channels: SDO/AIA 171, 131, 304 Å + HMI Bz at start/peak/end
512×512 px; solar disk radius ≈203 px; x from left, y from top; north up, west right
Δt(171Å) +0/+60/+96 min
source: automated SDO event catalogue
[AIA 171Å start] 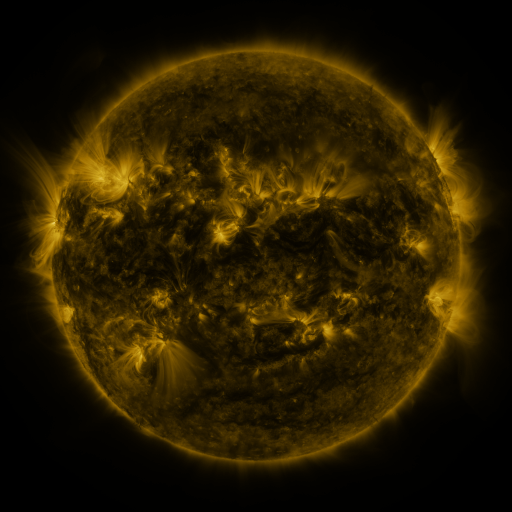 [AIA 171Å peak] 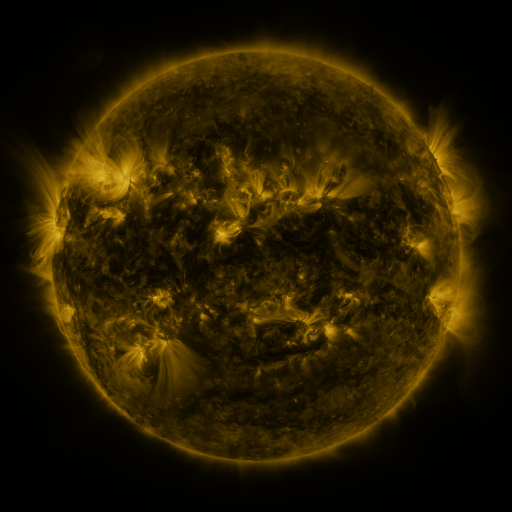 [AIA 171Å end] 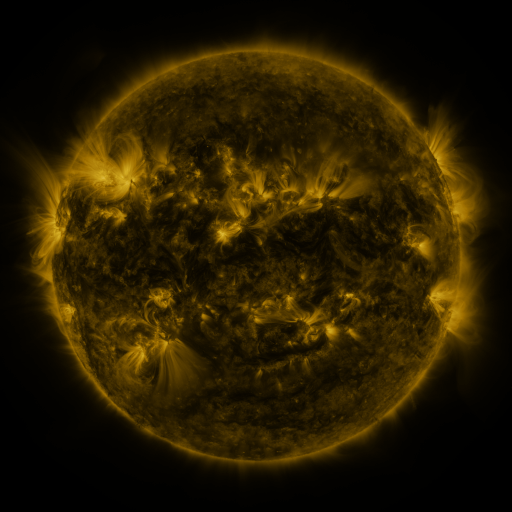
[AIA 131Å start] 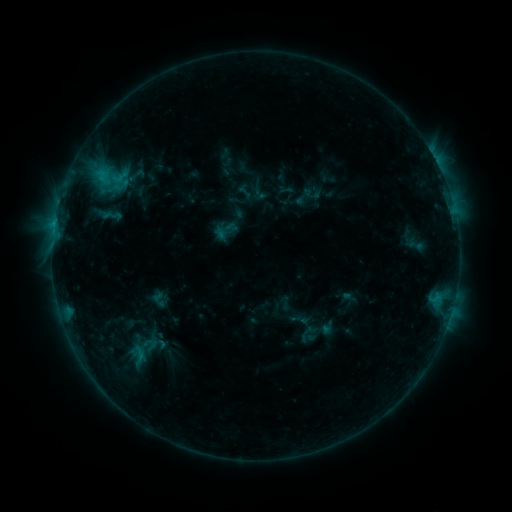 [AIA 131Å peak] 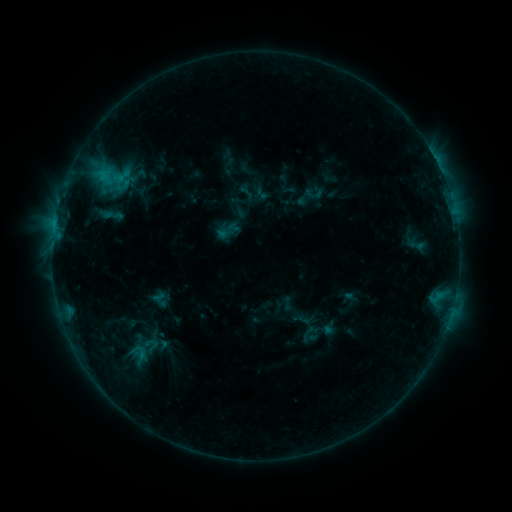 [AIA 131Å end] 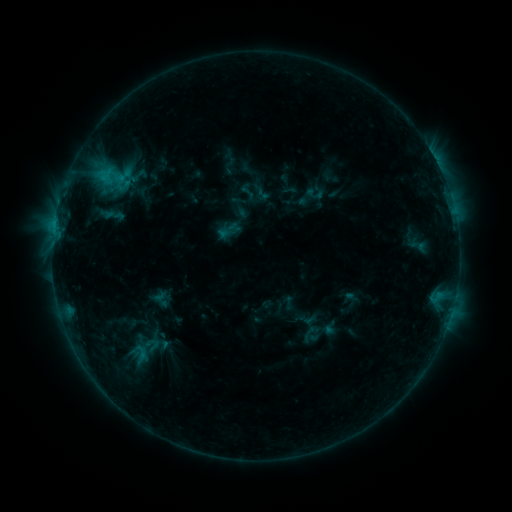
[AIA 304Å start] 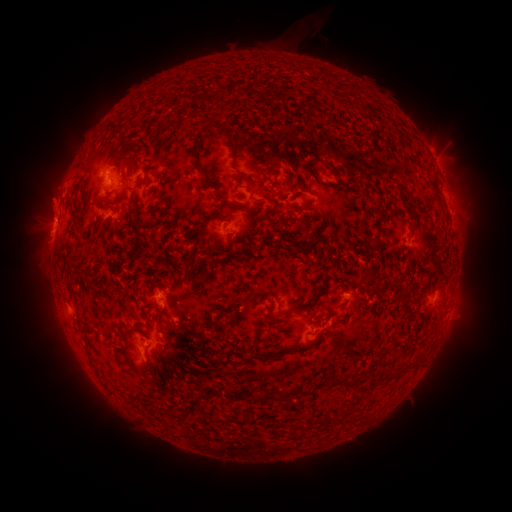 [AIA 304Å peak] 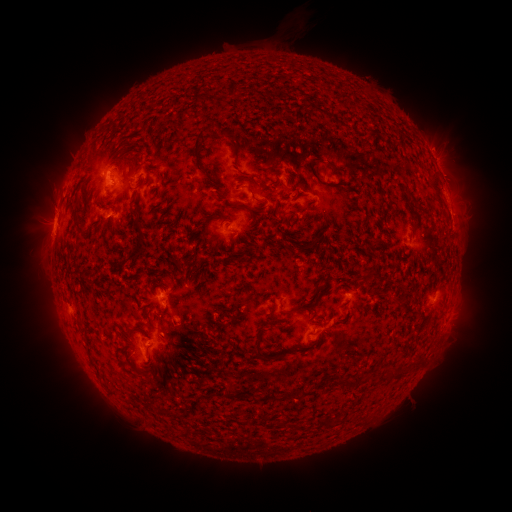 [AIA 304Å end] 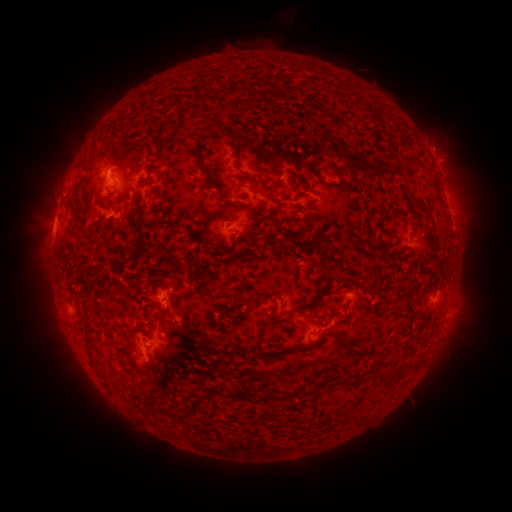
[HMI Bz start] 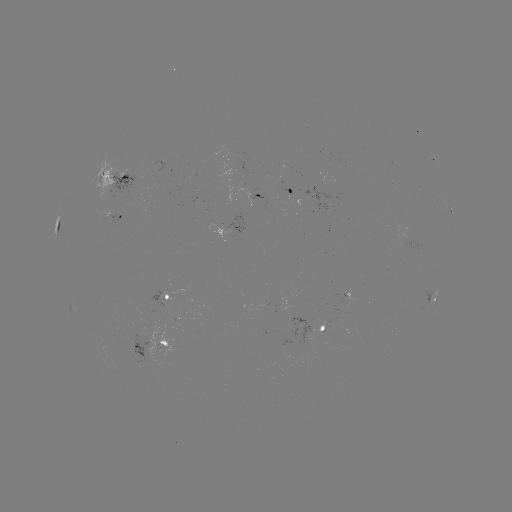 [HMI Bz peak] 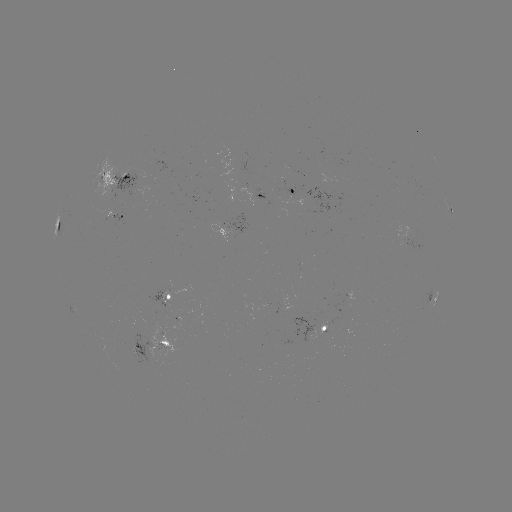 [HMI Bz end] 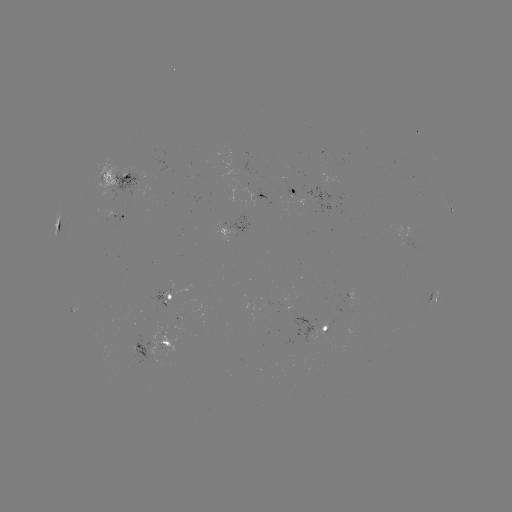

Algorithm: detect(emerging-flux region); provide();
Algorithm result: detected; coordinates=104,179